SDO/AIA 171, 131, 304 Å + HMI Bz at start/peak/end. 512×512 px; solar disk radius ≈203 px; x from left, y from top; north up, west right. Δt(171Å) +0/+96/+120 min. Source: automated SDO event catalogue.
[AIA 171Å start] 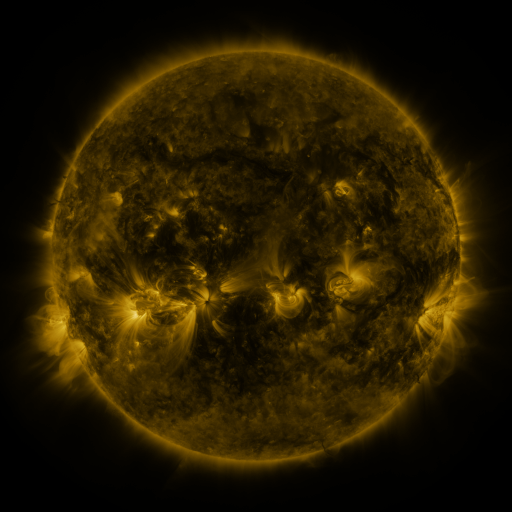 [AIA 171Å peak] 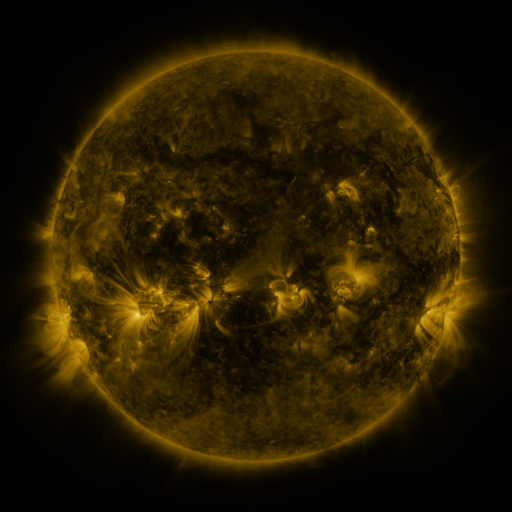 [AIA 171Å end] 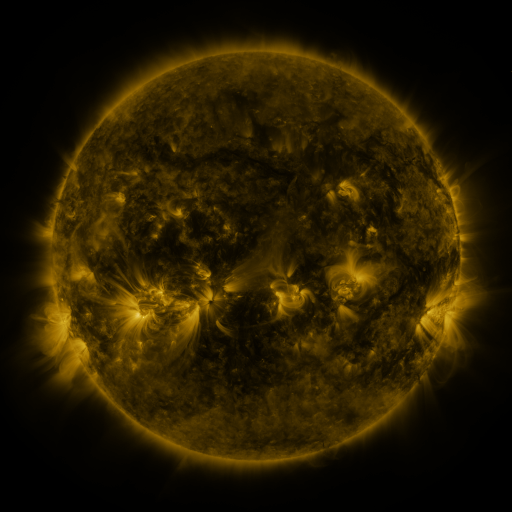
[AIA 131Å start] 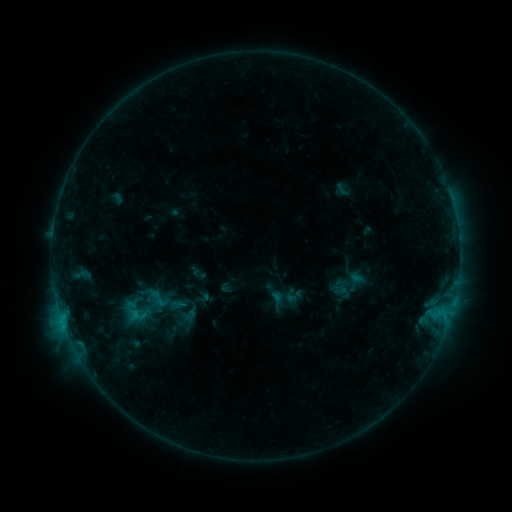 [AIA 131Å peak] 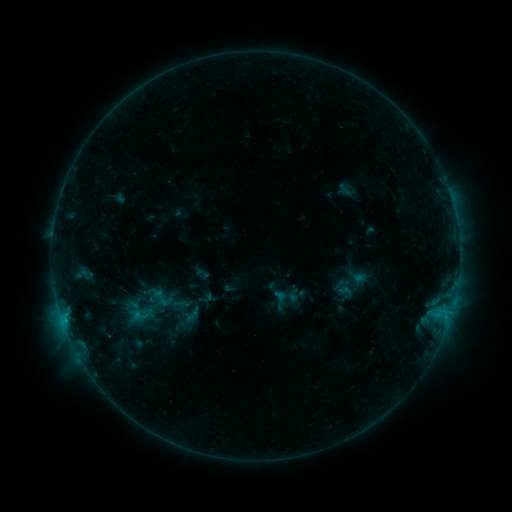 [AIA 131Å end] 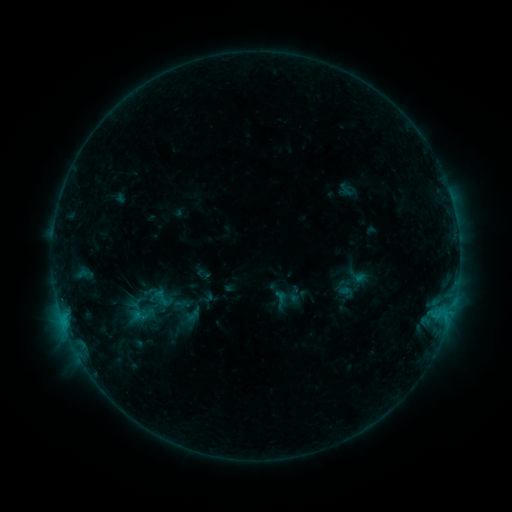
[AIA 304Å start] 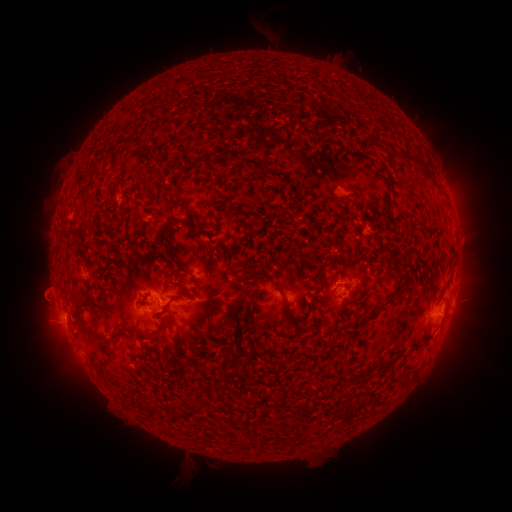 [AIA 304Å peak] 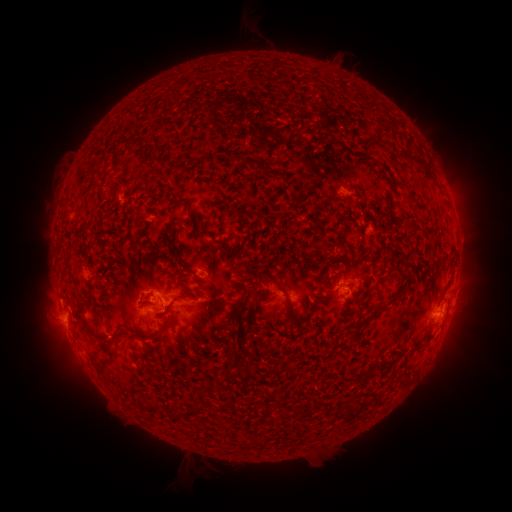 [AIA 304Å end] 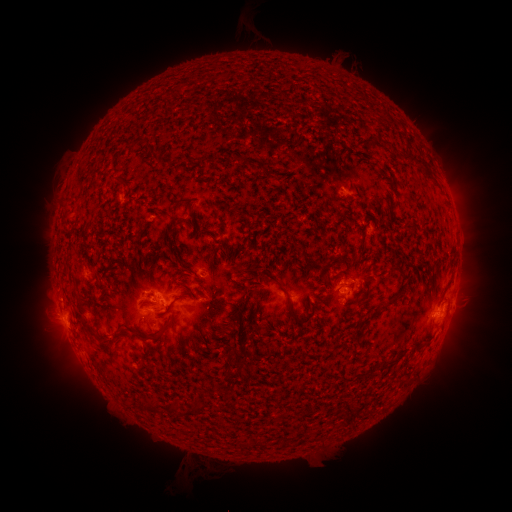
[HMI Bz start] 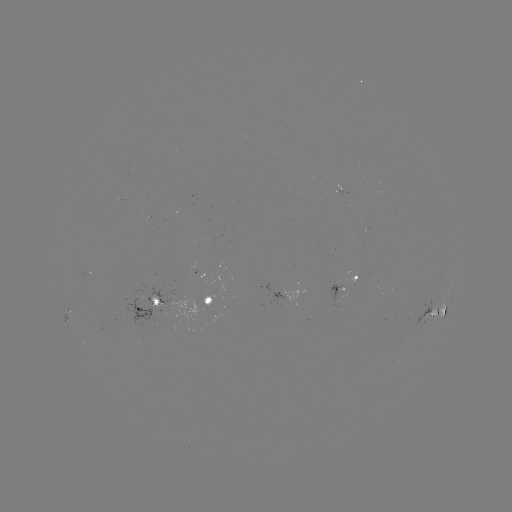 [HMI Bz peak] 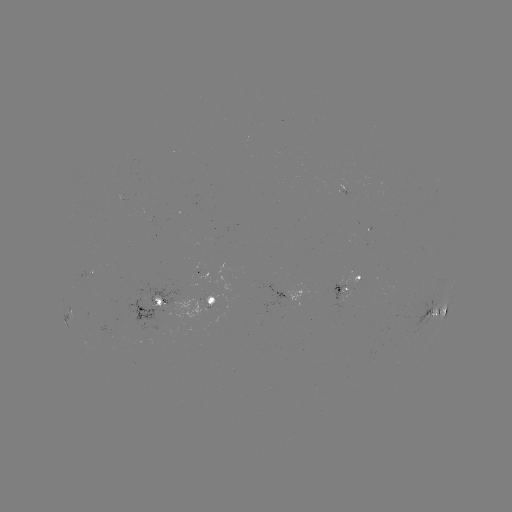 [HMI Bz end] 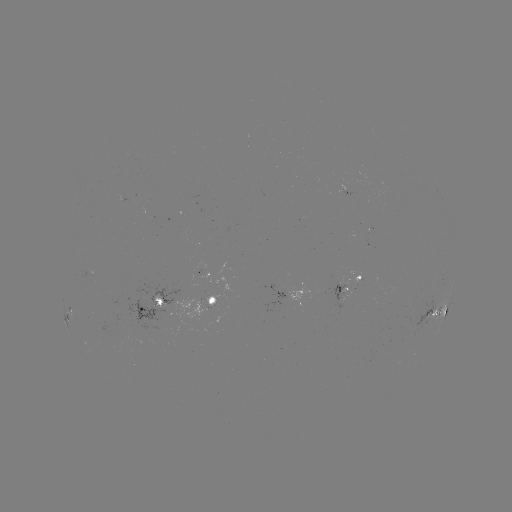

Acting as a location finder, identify emerging-flux region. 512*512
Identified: (359, 279).